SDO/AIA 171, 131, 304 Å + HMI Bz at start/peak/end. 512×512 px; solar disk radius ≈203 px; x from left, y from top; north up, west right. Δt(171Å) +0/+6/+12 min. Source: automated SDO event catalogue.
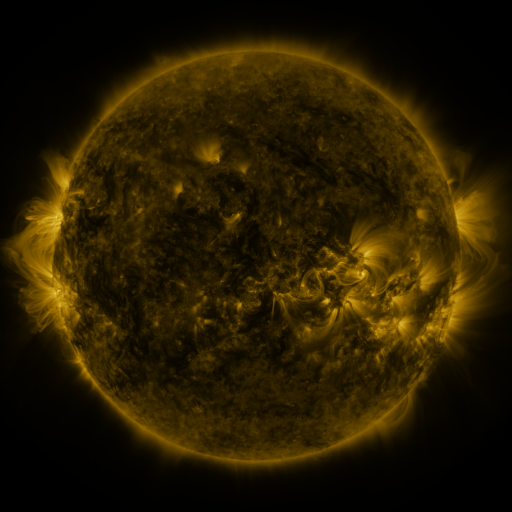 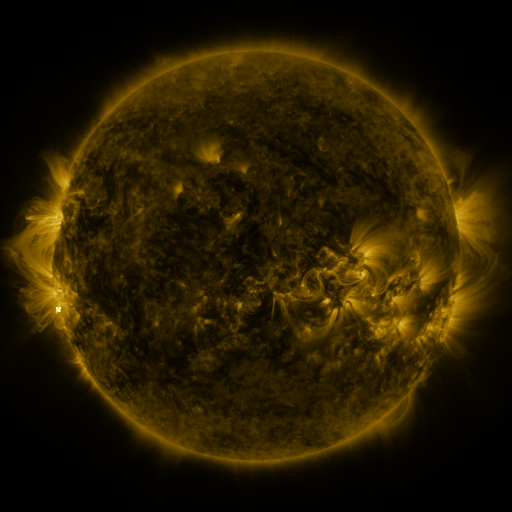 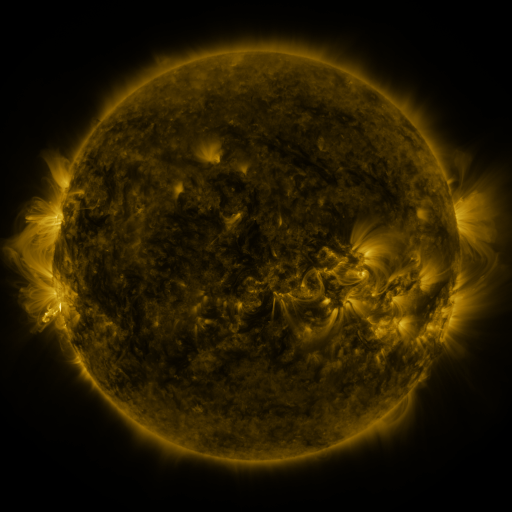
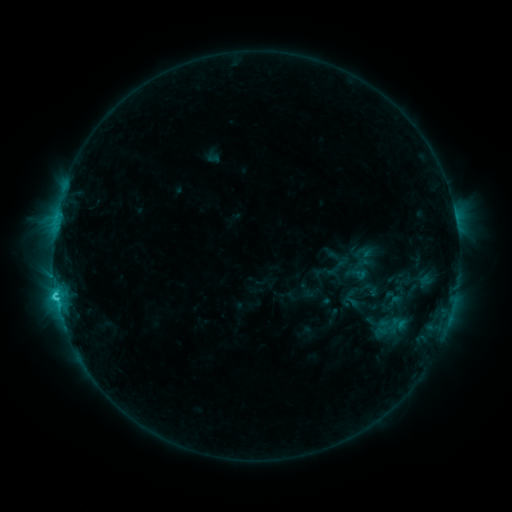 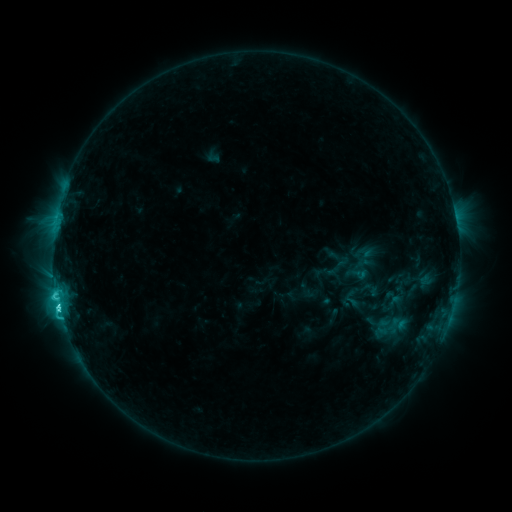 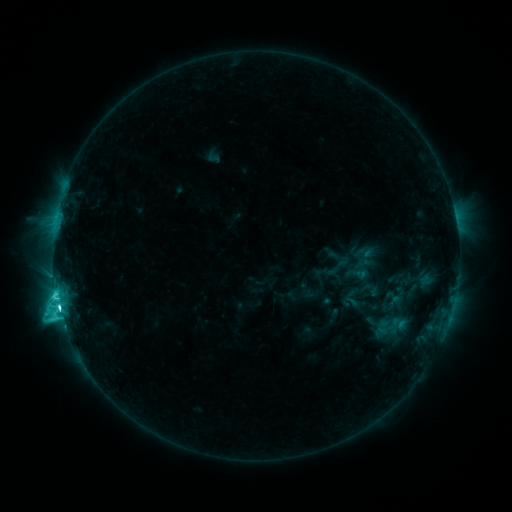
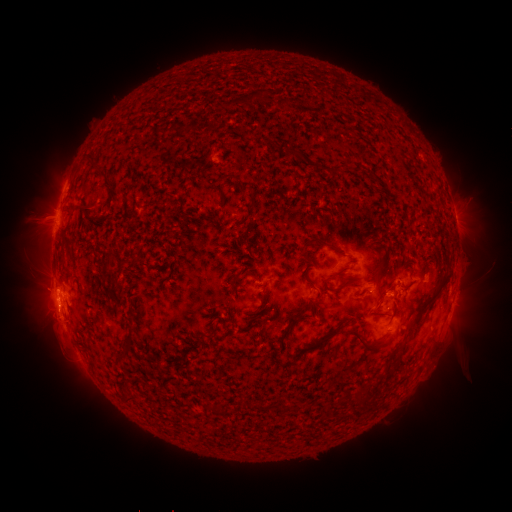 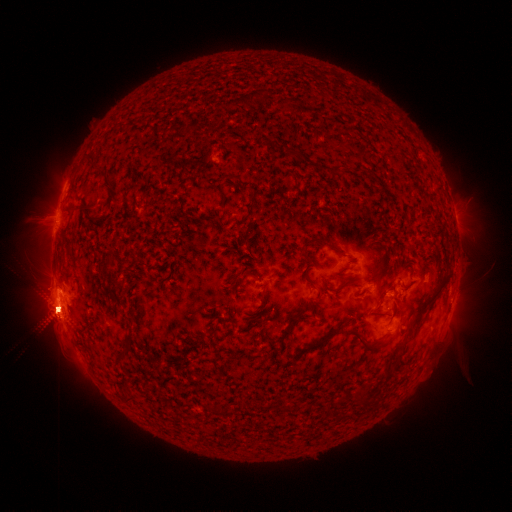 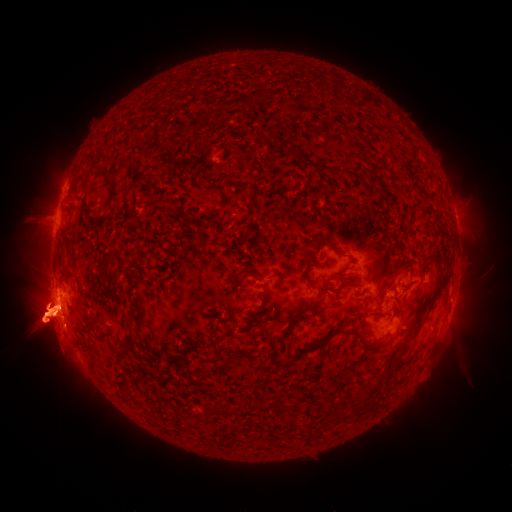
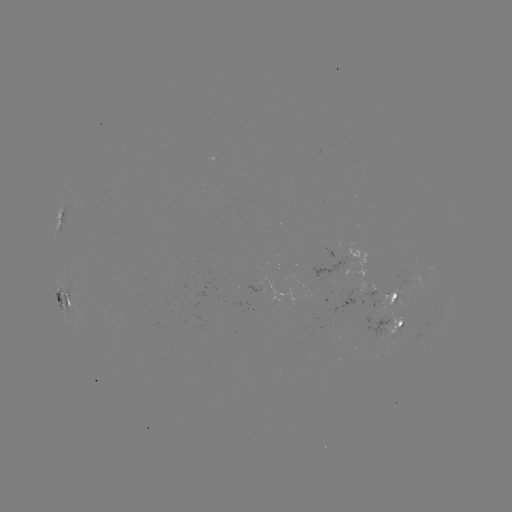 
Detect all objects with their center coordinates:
eruption: (352, 241)
